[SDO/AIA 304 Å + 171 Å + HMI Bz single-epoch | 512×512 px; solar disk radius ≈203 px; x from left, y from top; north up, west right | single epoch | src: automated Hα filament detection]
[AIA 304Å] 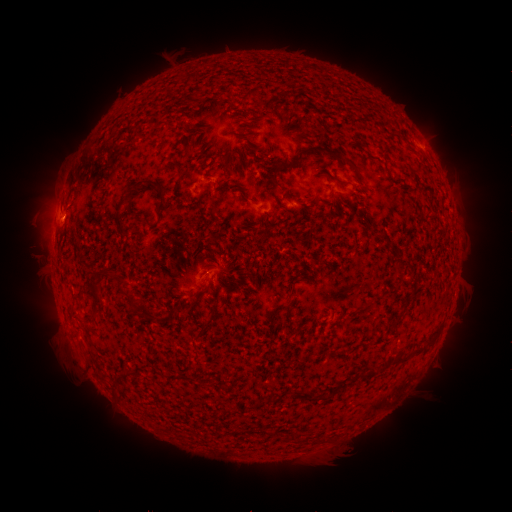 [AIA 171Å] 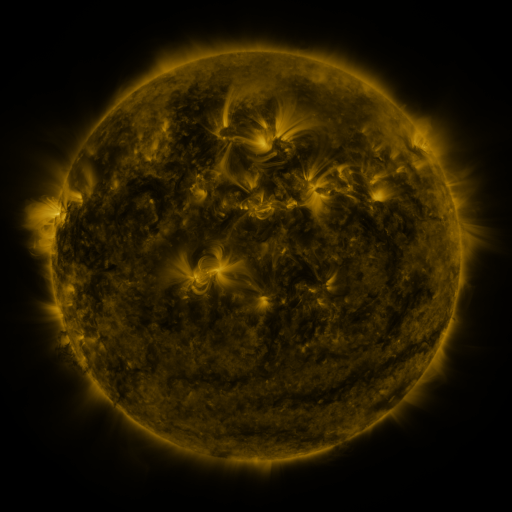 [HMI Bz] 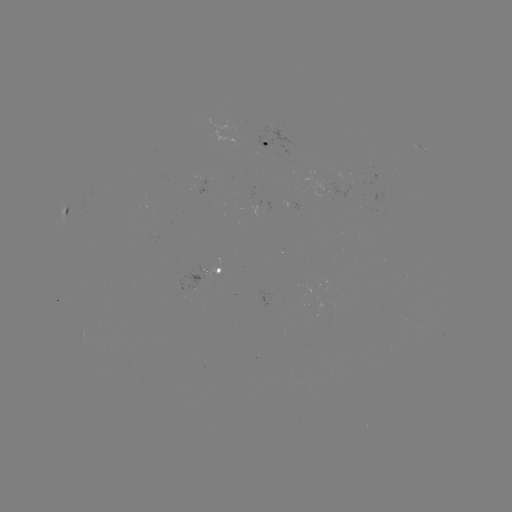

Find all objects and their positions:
filament: <bbox>186, 145, 196, 154</bbox>
filament: <bbox>294, 145, 323, 165</bbox>
filament: <bbox>336, 155, 355, 168</bbox>
filament: <bbox>271, 174, 283, 188</bbox>
filament: <bbox>122, 178, 154, 204</bbox>
filament: <bbox>328, 187, 336, 198</bbox>
filament: <bbox>209, 193, 217, 213</bbox>
filament: <bbox>114, 210, 124, 227</bbox>
filament: <bbox>394, 265, 404, 274</bbox>
filament: <bbox>104, 267, 136, 303</bbox>
filament: <bbox>91, 296, 102, 317</bbox>
filament: <bbox>147, 308, 157, 320</bbox>
filament: <bbox>422, 337, 435, 349</bbox>
filament: <bbox>392, 356, 407, 366</bbox>
filament: <bbox>316, 394, 326, 401</bbox>
